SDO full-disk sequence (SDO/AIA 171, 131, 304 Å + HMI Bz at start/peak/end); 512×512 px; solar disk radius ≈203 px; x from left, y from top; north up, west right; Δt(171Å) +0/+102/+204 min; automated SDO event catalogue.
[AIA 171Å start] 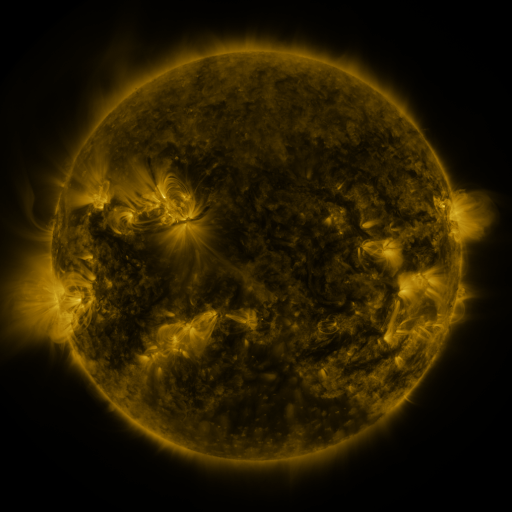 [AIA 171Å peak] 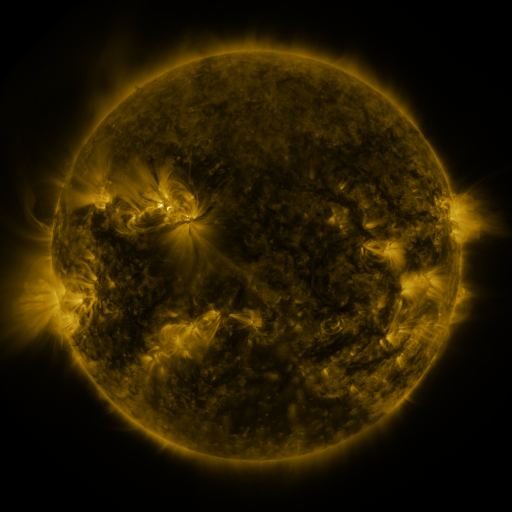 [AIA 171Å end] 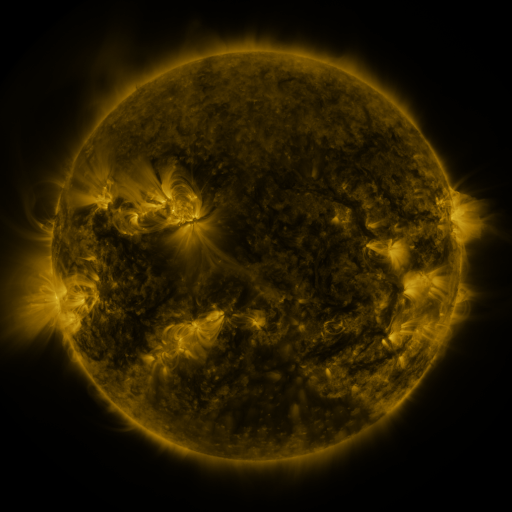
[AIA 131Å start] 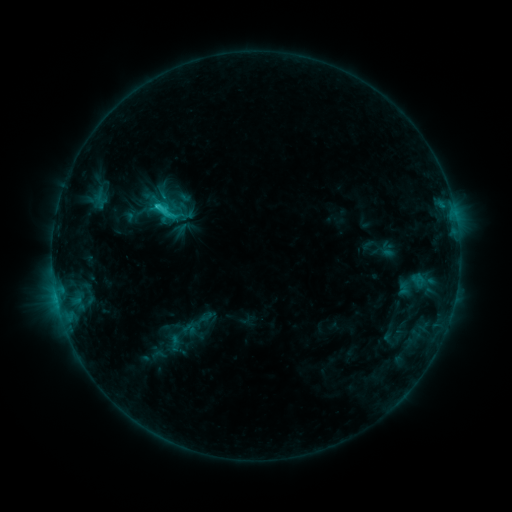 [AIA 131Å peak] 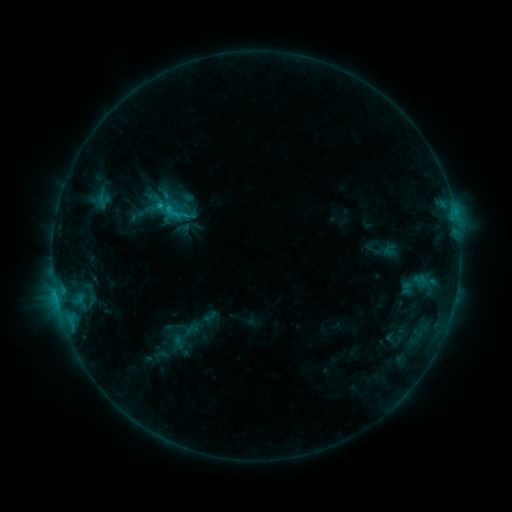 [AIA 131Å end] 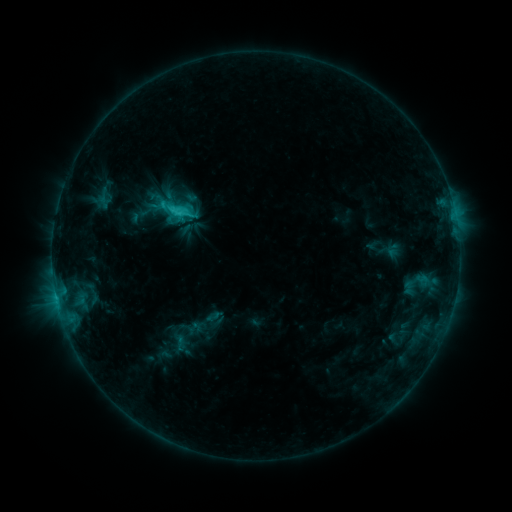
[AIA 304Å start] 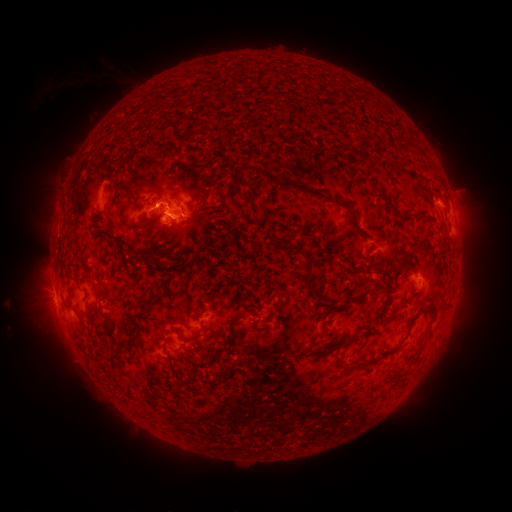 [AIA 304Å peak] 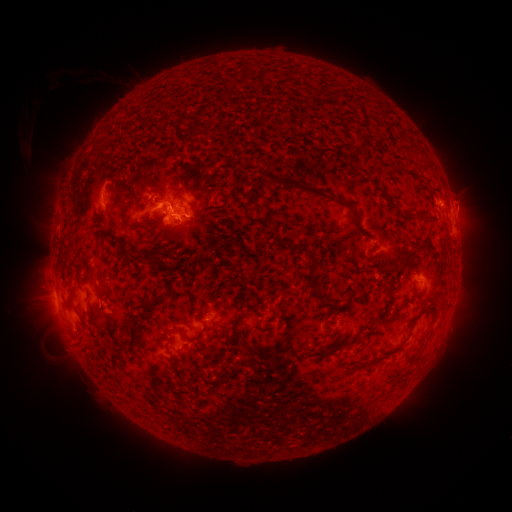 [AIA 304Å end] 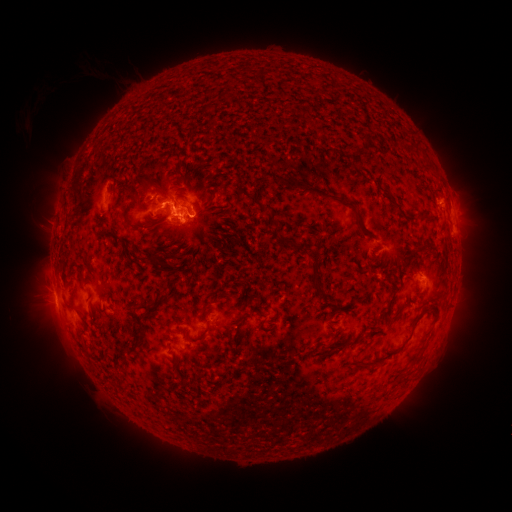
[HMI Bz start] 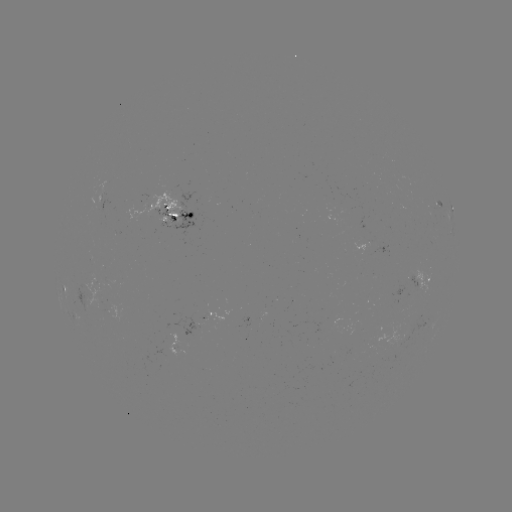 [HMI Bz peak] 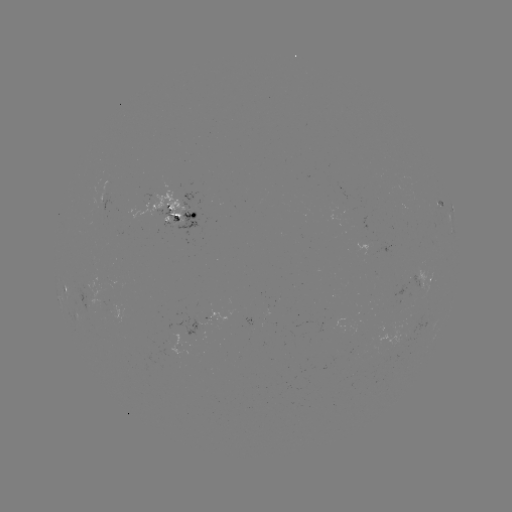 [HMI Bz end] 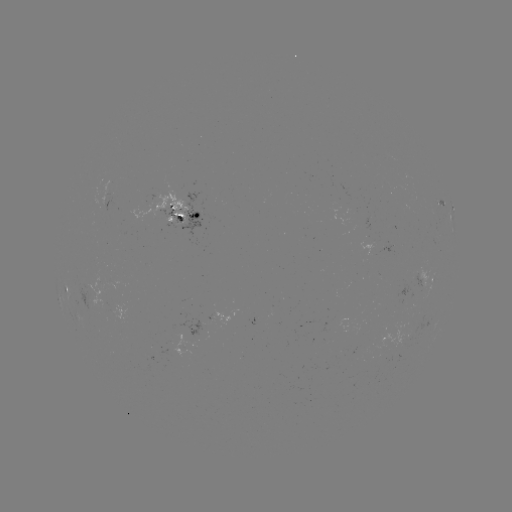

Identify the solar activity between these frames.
filament eruption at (50, 342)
